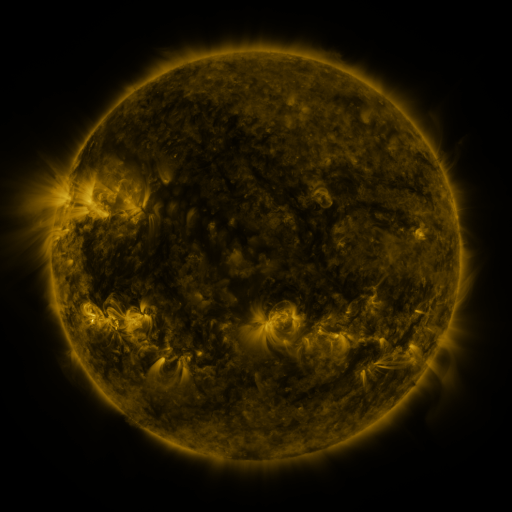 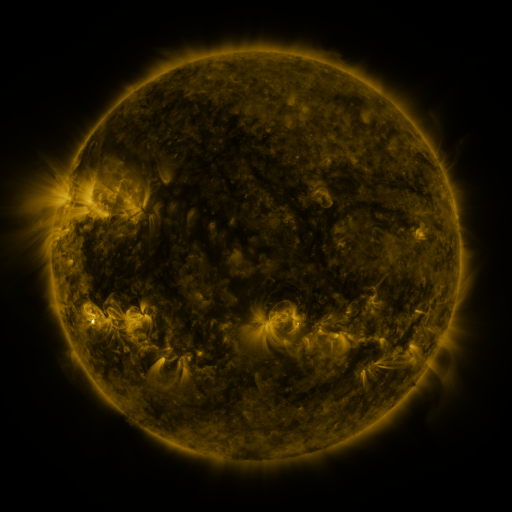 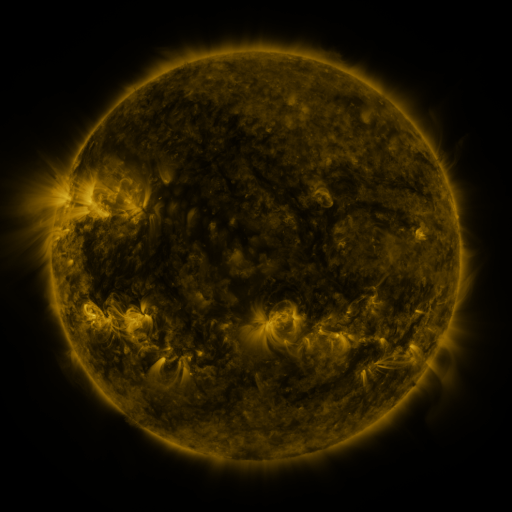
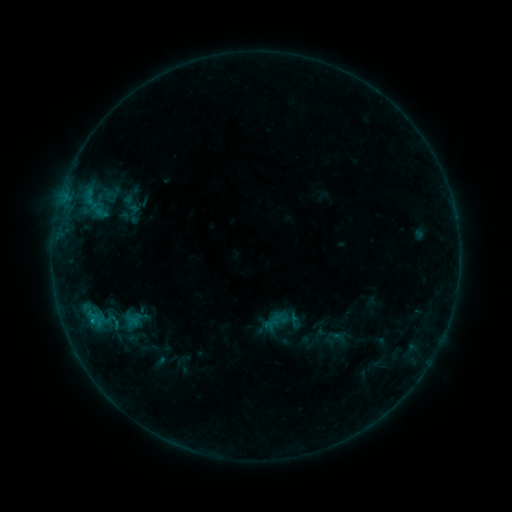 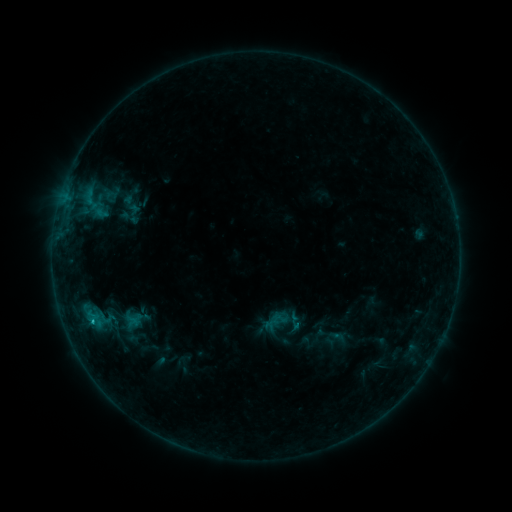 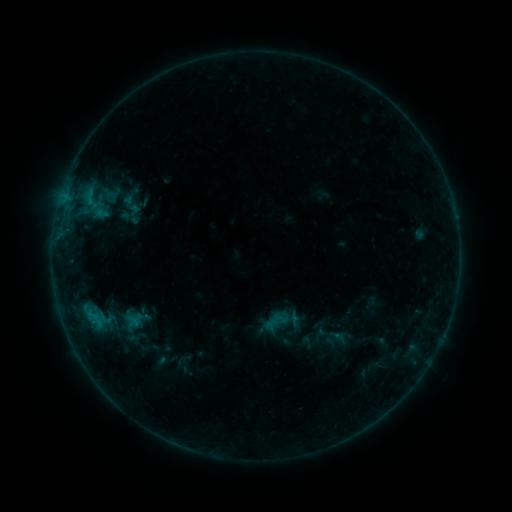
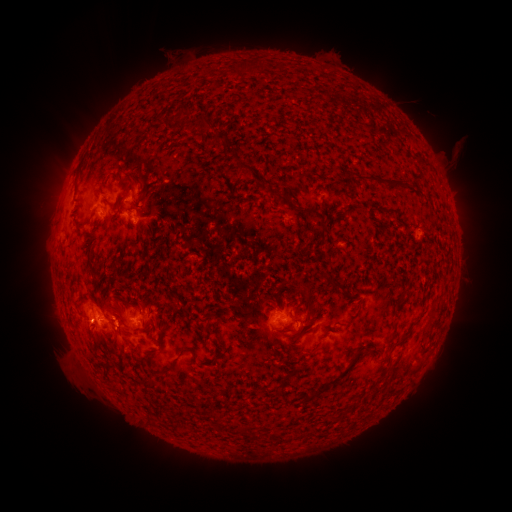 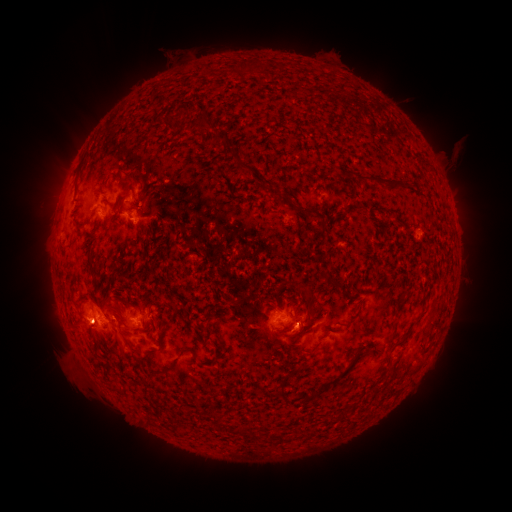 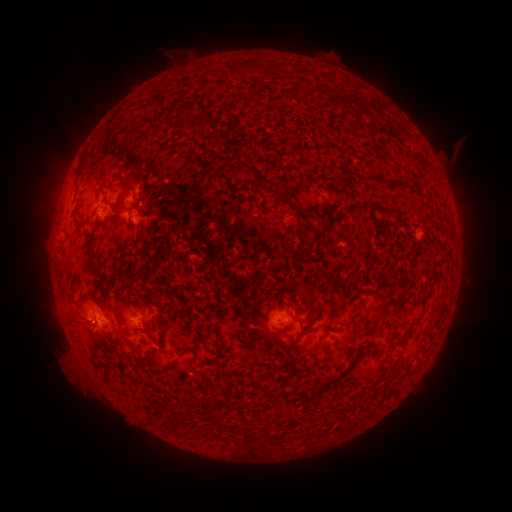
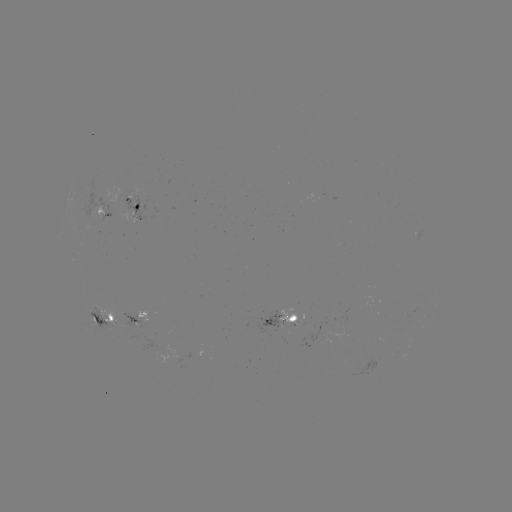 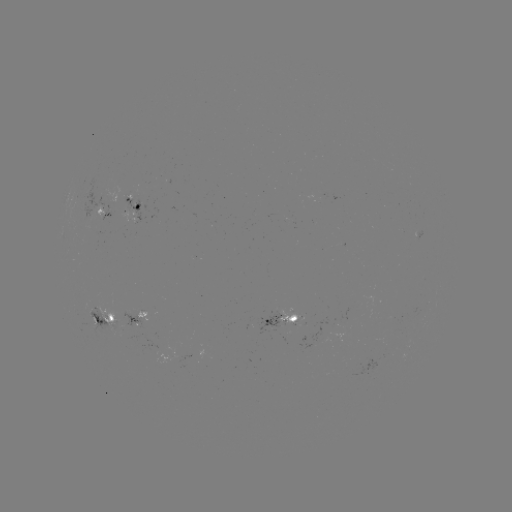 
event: eruption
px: (79, 326)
